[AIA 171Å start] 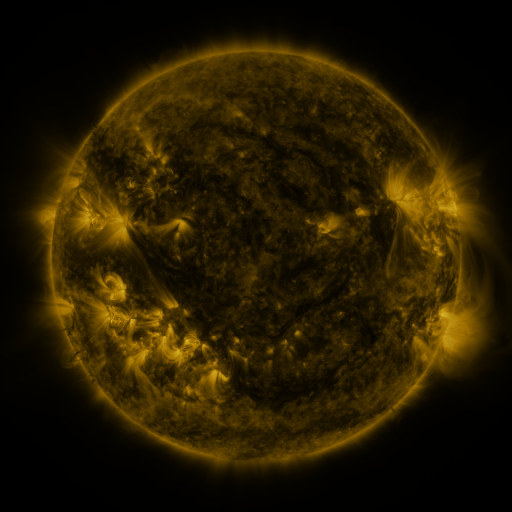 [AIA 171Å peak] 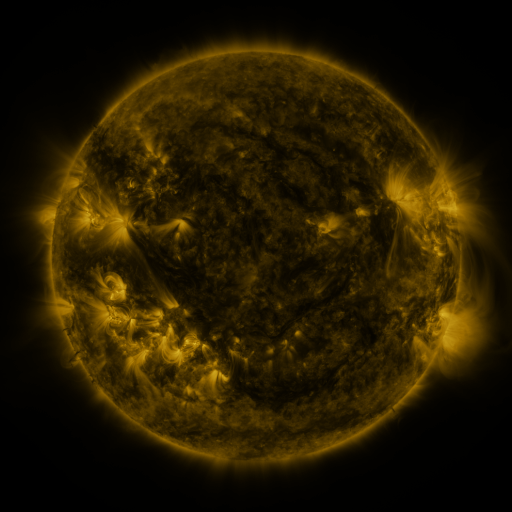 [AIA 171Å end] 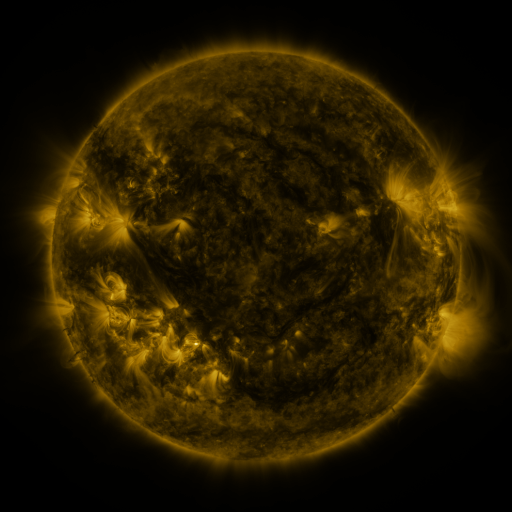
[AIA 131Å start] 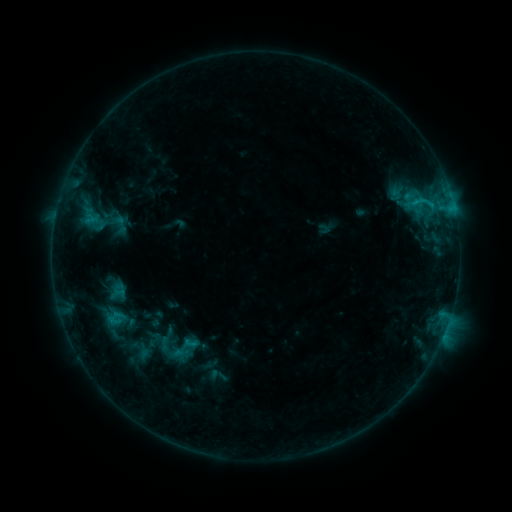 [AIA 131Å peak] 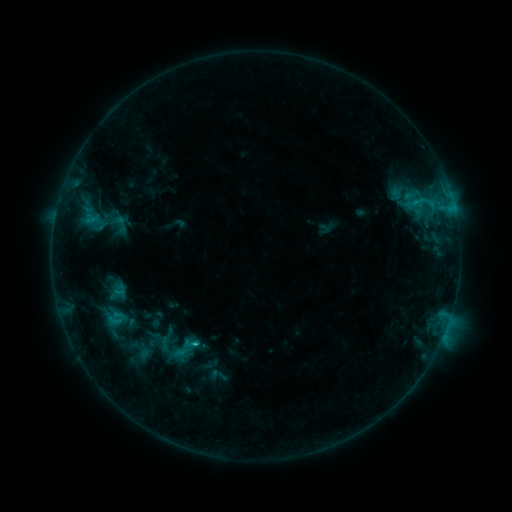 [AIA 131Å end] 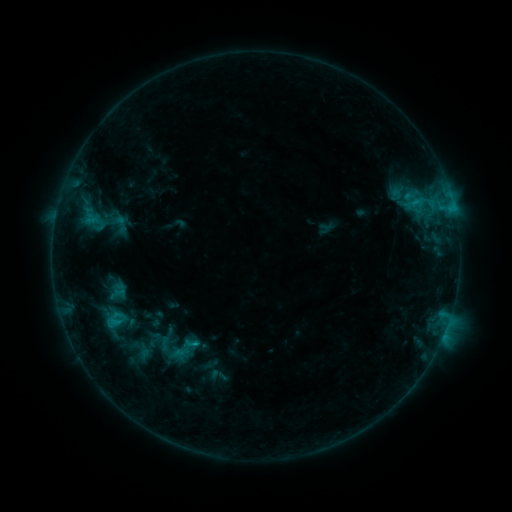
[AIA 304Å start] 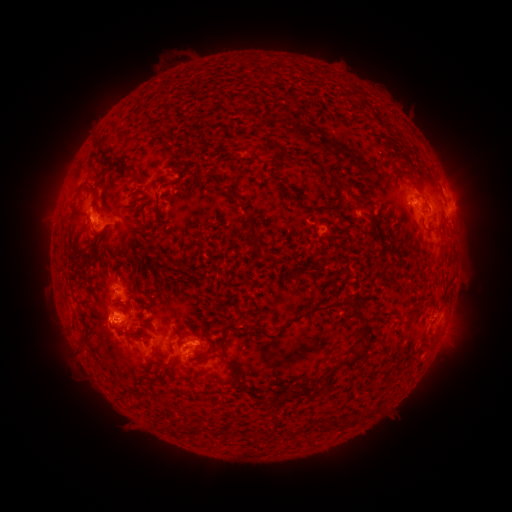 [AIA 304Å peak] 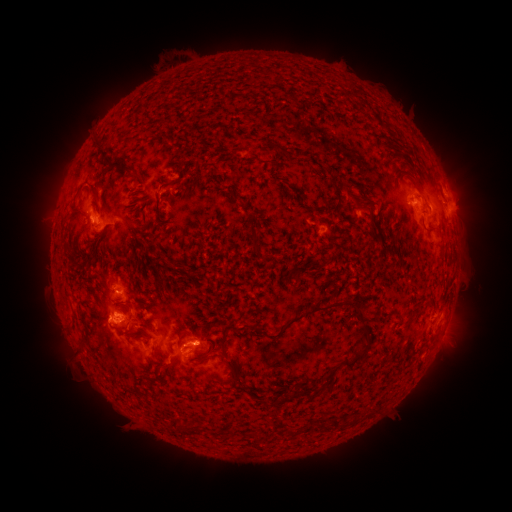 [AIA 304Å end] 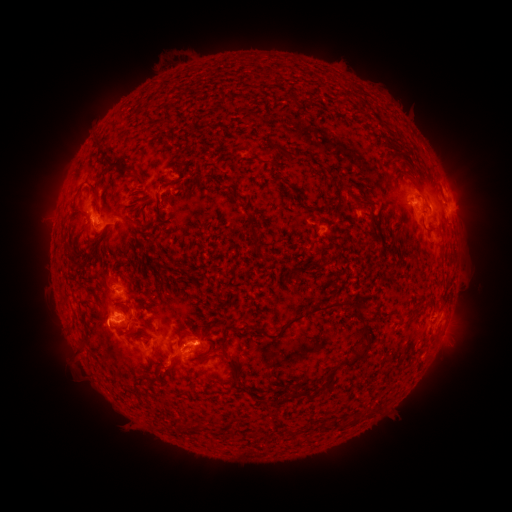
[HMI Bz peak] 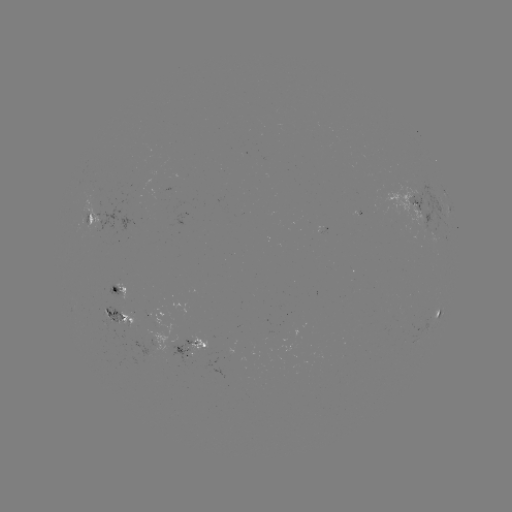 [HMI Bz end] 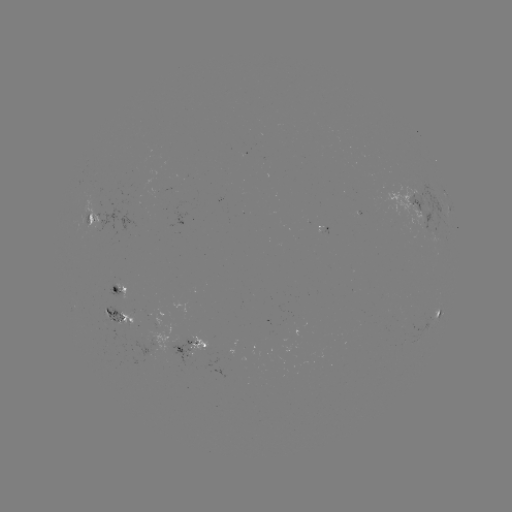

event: flare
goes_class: C1.5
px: (195, 340)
